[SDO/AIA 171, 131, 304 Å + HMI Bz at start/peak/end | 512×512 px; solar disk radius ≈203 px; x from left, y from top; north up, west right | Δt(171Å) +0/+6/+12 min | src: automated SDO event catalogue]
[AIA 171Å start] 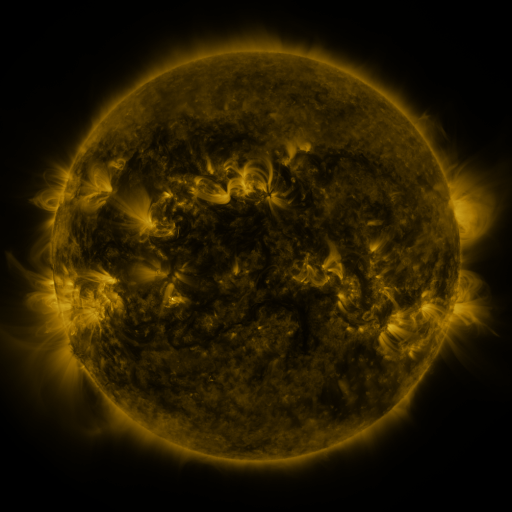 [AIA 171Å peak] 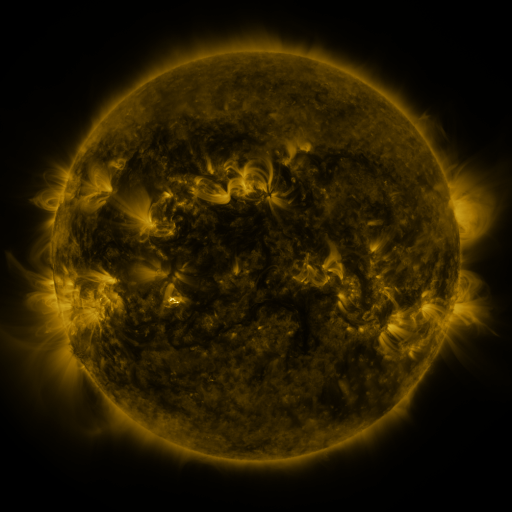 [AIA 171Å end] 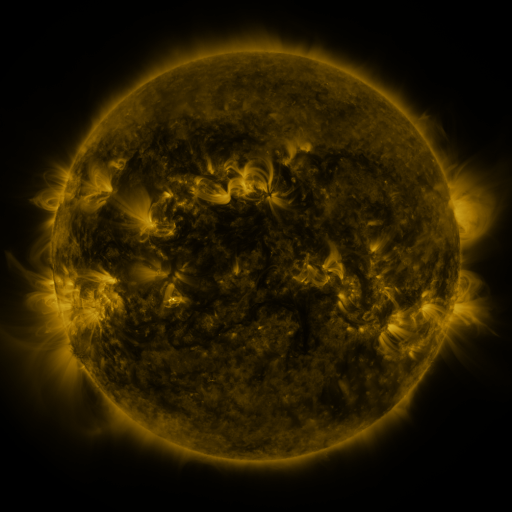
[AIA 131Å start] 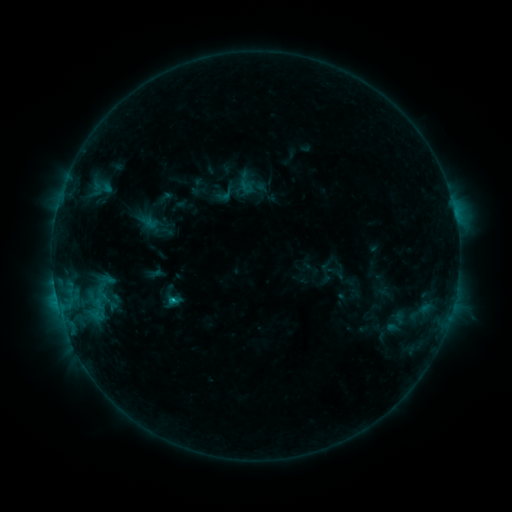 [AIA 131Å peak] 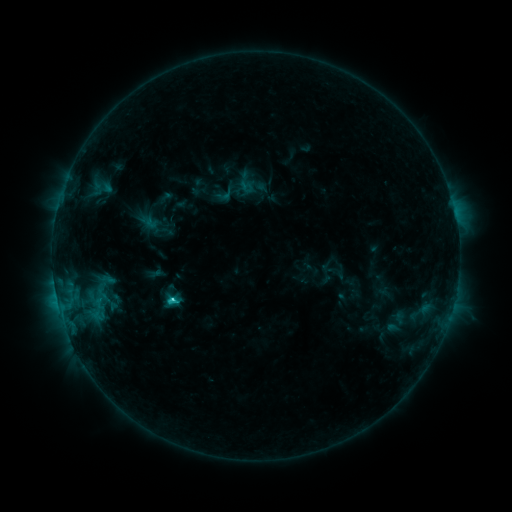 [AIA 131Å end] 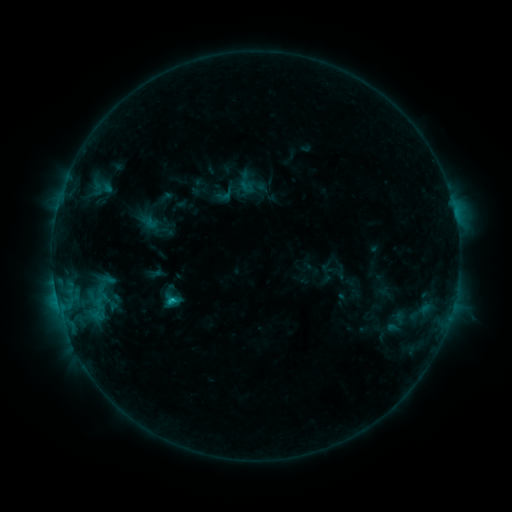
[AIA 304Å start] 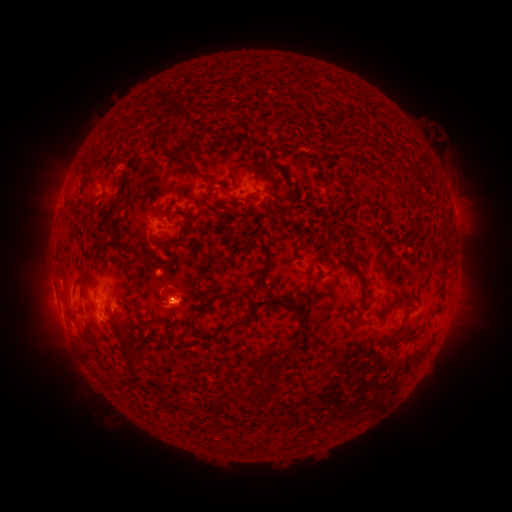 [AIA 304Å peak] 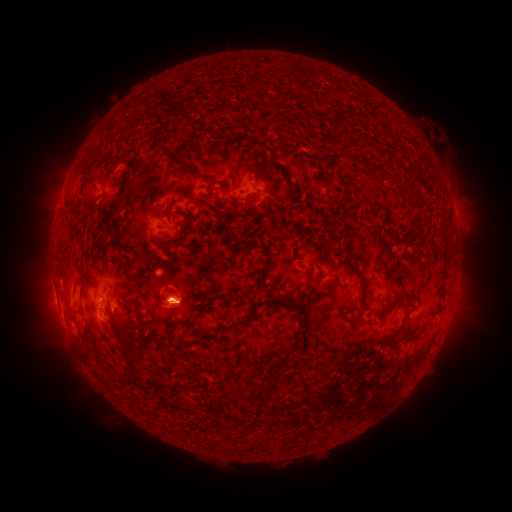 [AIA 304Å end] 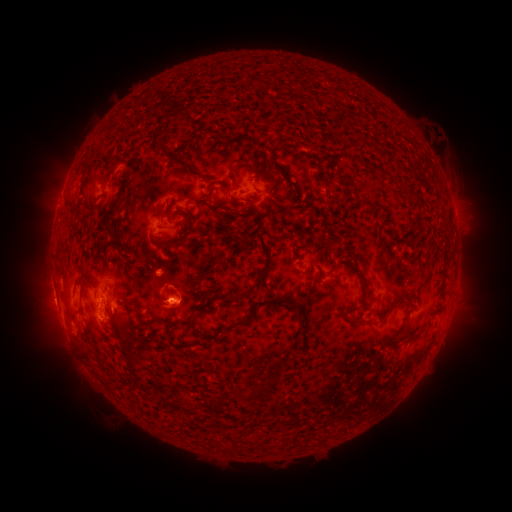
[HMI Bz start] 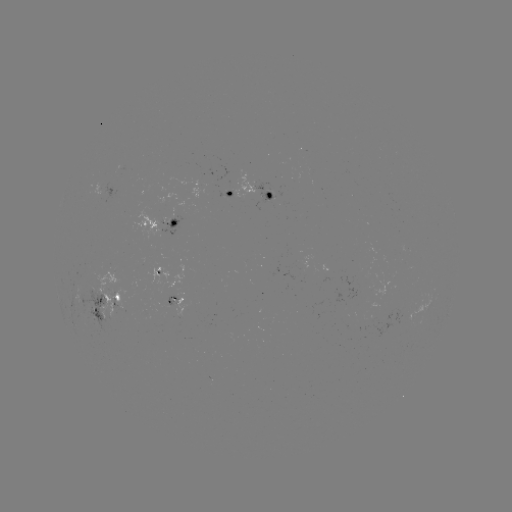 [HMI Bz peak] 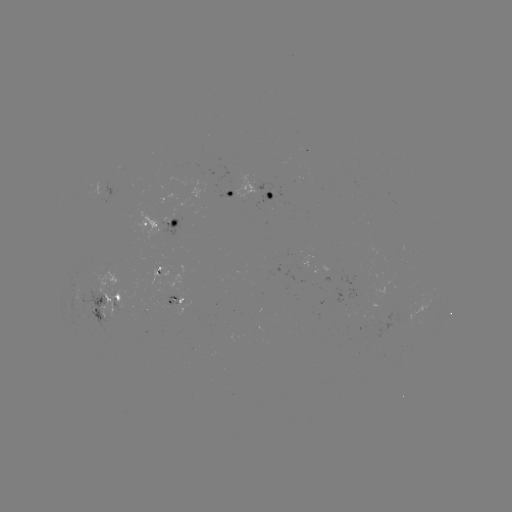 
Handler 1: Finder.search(C1.6 flare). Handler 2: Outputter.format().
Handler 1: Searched C1.6 flare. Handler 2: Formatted (167, 298).